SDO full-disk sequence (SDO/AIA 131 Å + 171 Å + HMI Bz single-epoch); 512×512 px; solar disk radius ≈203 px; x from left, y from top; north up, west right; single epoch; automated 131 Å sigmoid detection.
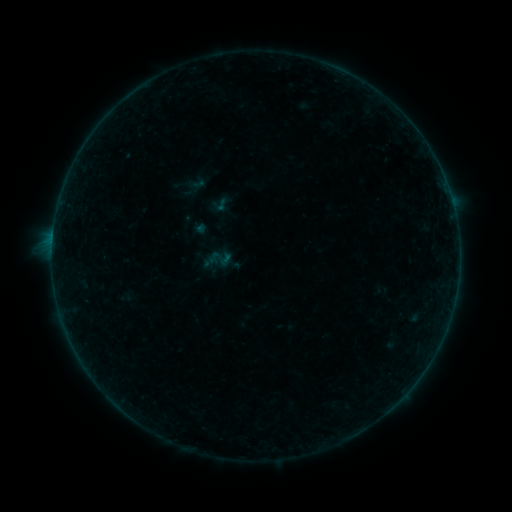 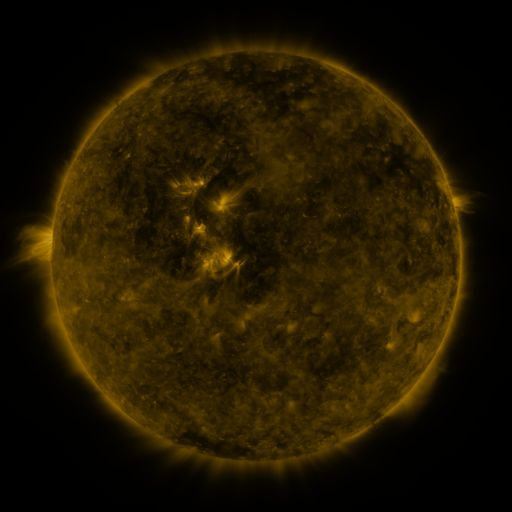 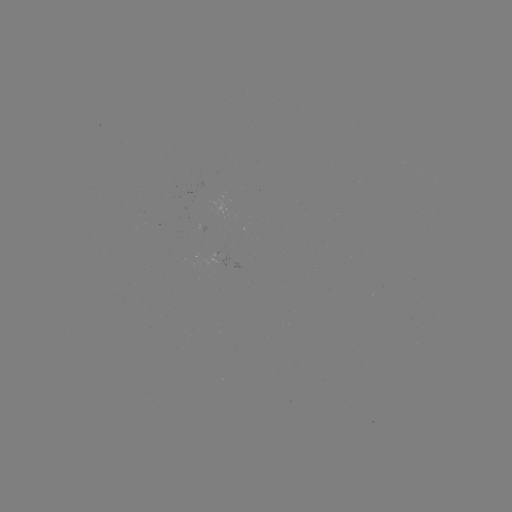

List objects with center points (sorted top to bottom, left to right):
sigmoid: [208, 193, 230, 216]
